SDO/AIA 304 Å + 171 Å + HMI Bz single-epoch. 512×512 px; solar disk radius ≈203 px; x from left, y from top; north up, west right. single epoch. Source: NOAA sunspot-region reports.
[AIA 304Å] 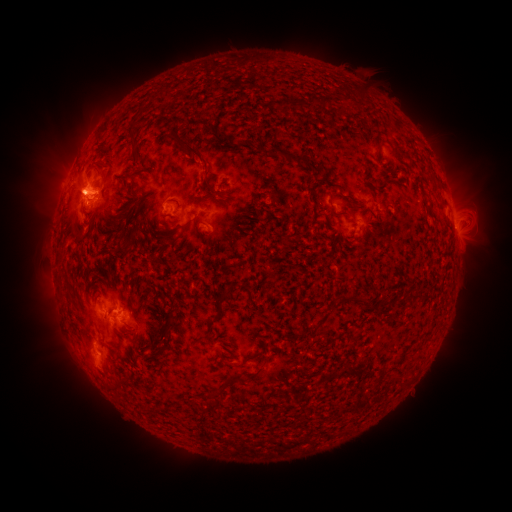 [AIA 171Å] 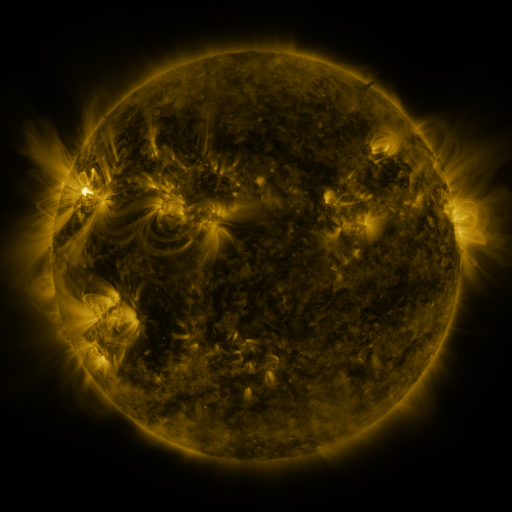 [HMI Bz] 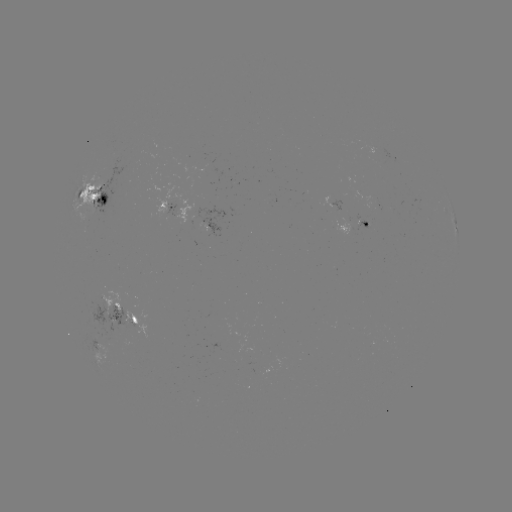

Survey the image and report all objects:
spotted active region: (395, 158)
spotted active region: (93, 200)
spotted active region: (170, 209)
spotted active region: (367, 225)
spotted active region: (343, 226)
spotted active region: (456, 226)
spotted active region: (214, 231)
spotted active region: (128, 316)
